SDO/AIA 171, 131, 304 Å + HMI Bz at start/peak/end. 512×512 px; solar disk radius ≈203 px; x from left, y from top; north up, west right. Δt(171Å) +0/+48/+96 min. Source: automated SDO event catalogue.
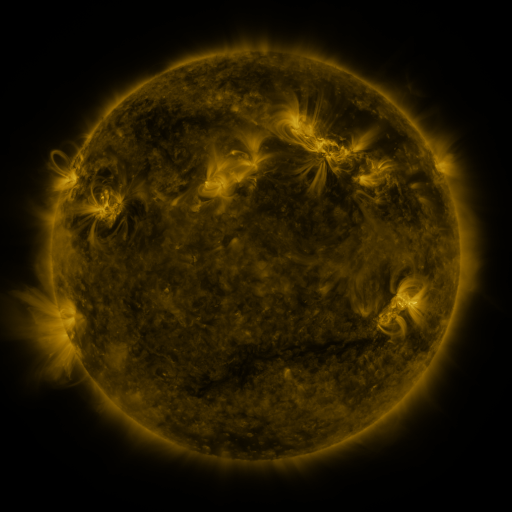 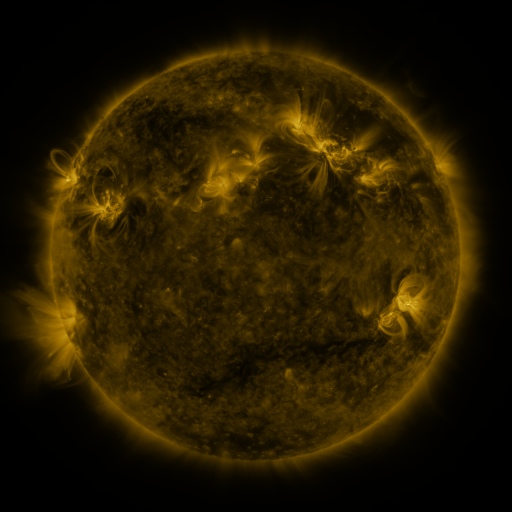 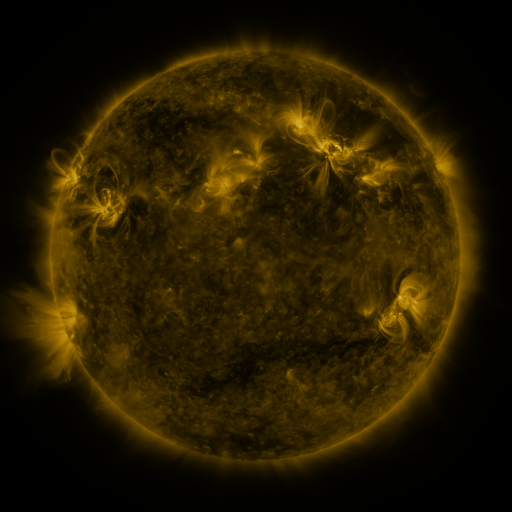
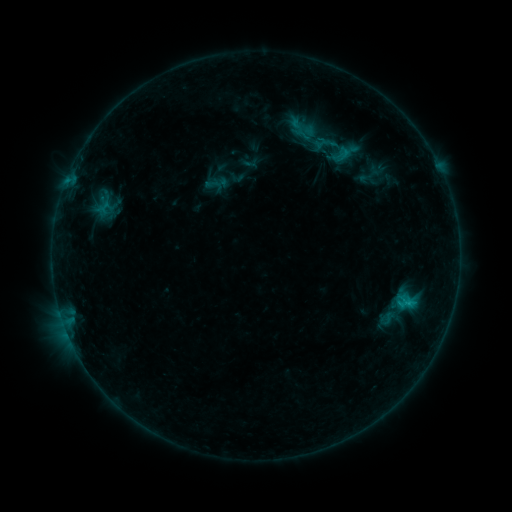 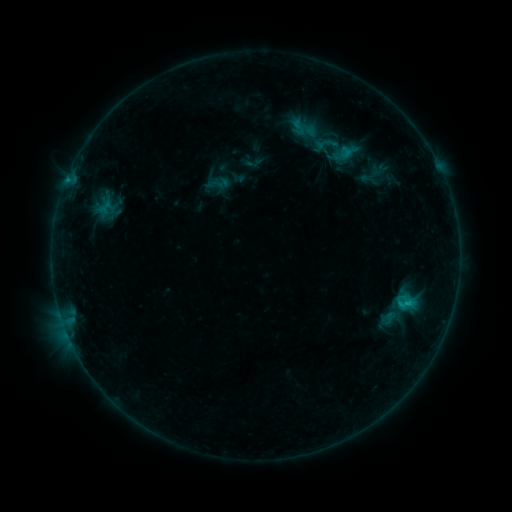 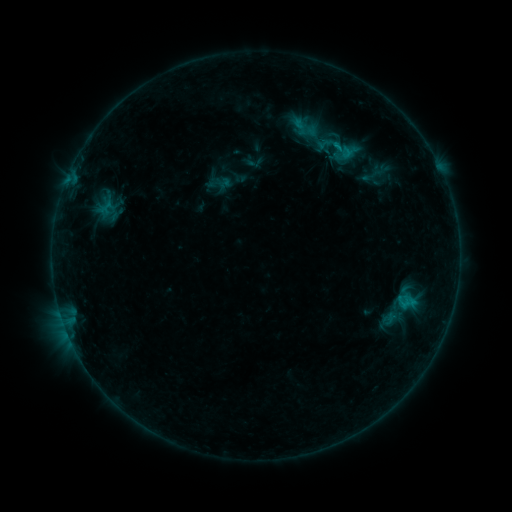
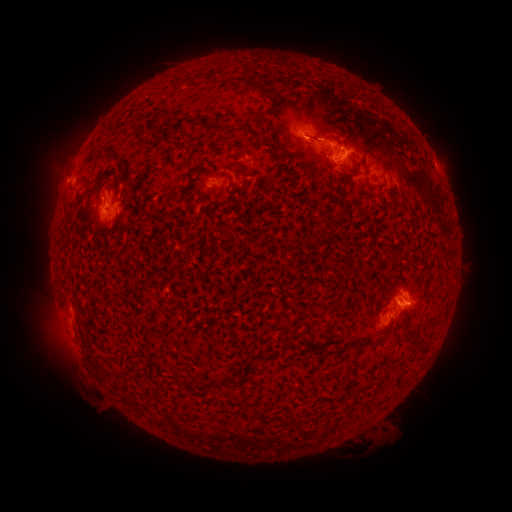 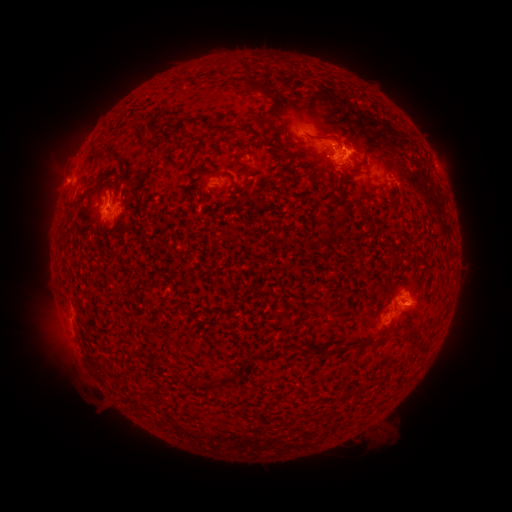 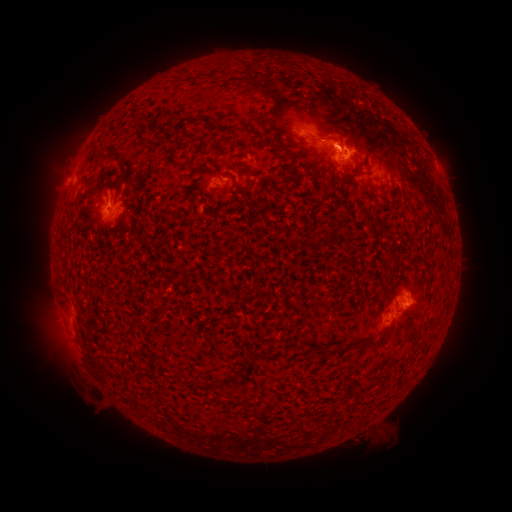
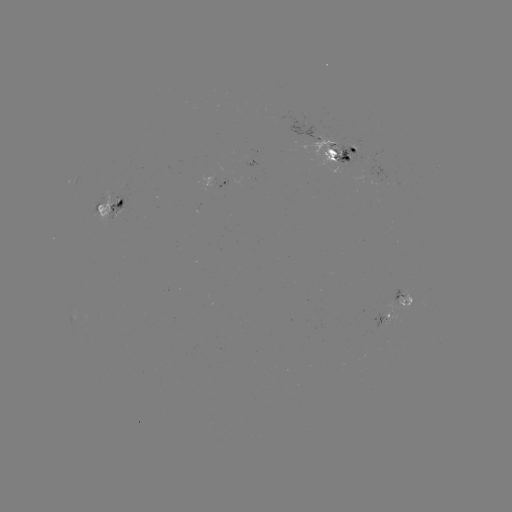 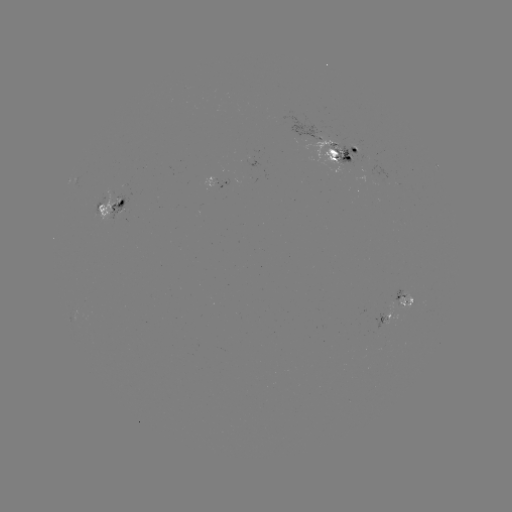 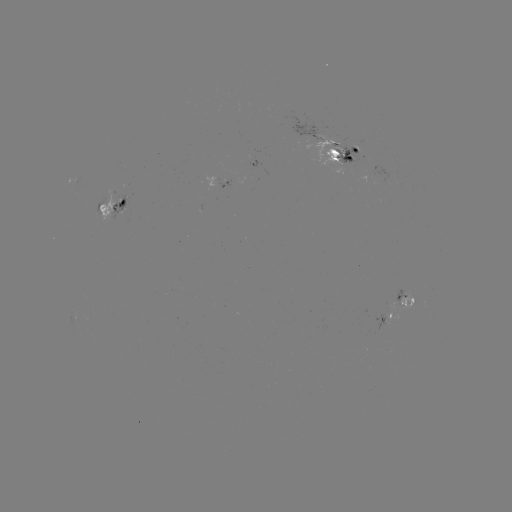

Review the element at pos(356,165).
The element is emerging-flux region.